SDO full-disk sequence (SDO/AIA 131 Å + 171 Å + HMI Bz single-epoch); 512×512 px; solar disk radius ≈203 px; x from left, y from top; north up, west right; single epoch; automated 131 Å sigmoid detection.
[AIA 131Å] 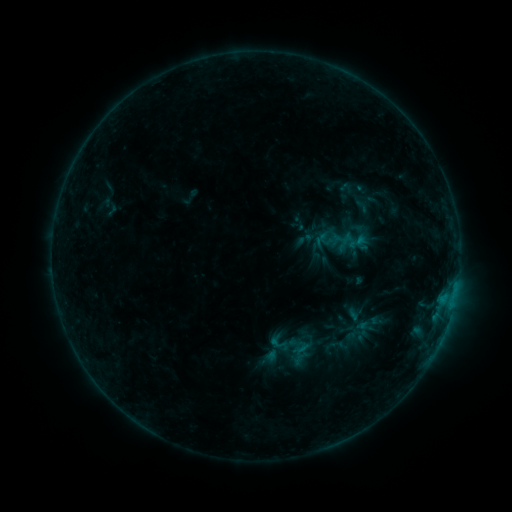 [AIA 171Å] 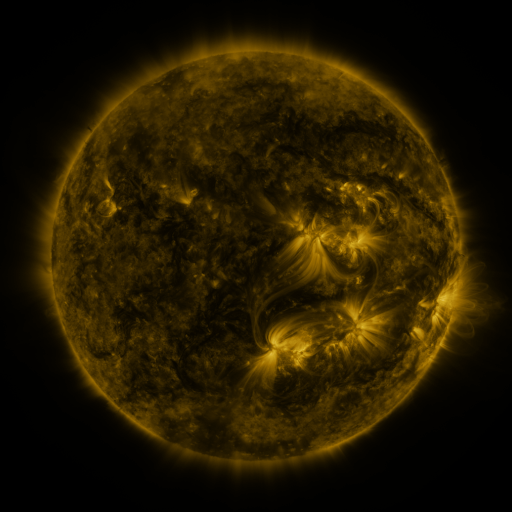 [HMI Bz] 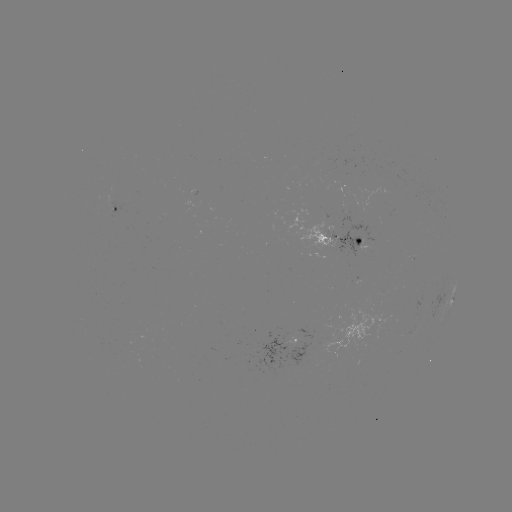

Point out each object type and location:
sigmoid: (345, 231, 369, 253)
